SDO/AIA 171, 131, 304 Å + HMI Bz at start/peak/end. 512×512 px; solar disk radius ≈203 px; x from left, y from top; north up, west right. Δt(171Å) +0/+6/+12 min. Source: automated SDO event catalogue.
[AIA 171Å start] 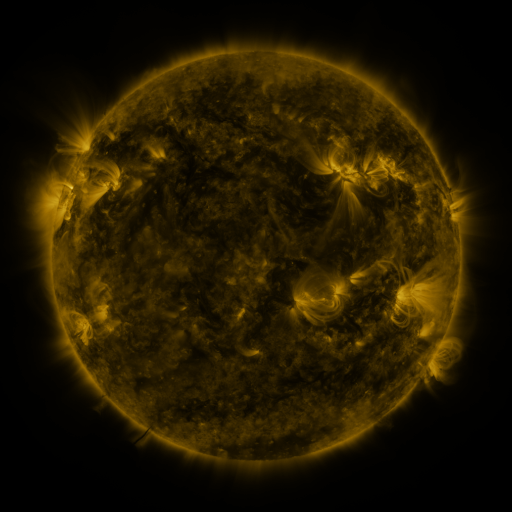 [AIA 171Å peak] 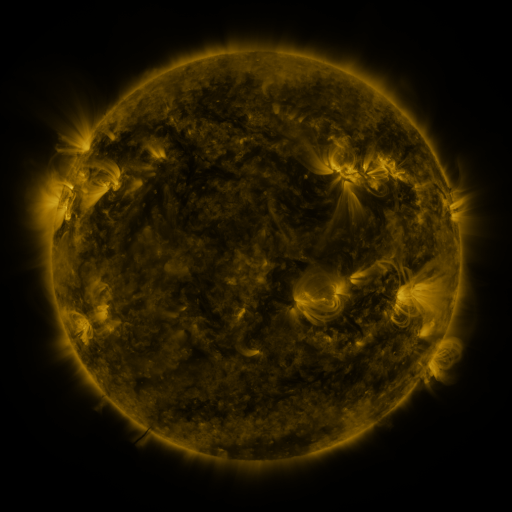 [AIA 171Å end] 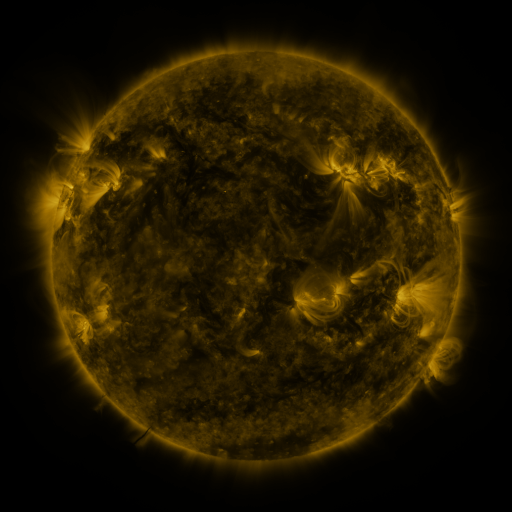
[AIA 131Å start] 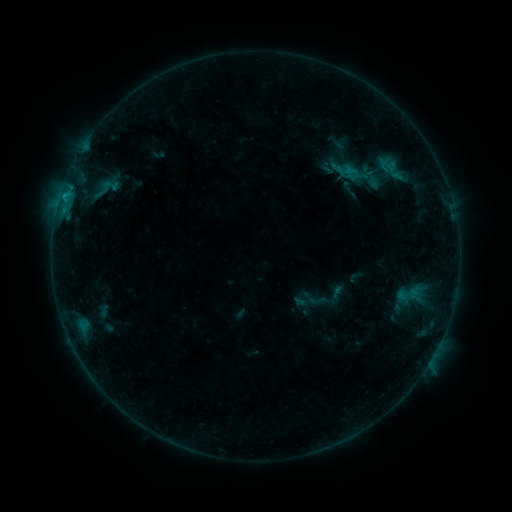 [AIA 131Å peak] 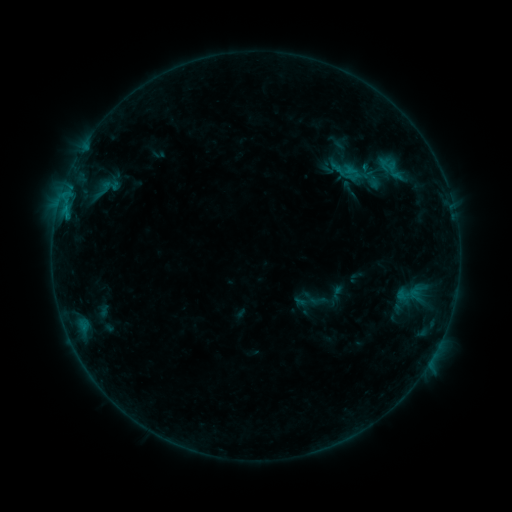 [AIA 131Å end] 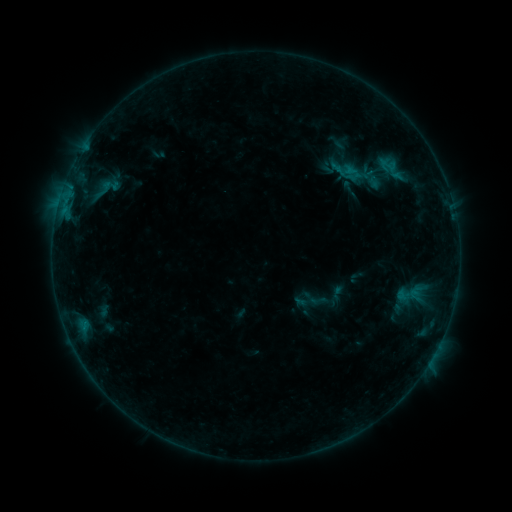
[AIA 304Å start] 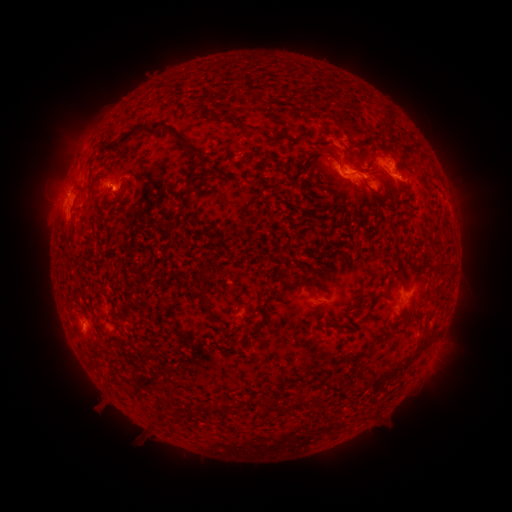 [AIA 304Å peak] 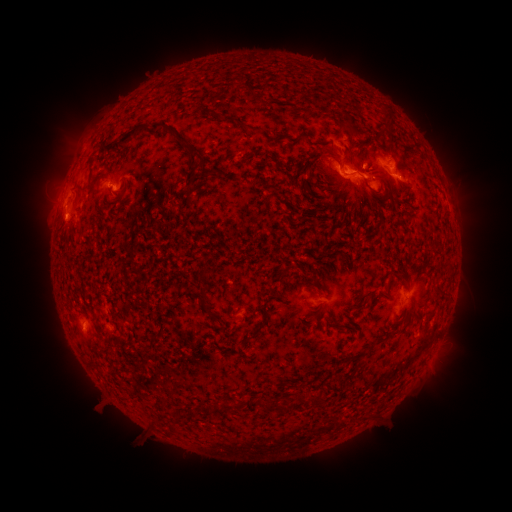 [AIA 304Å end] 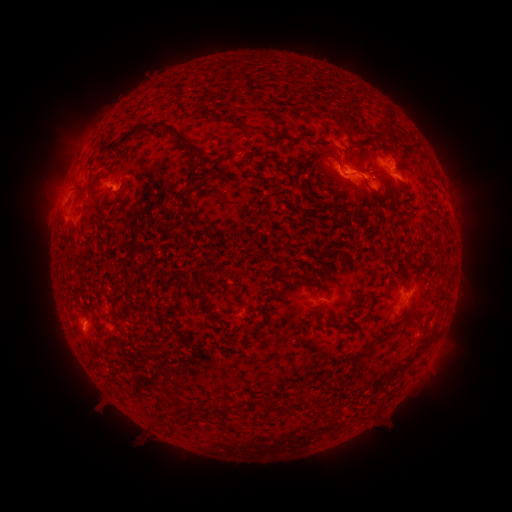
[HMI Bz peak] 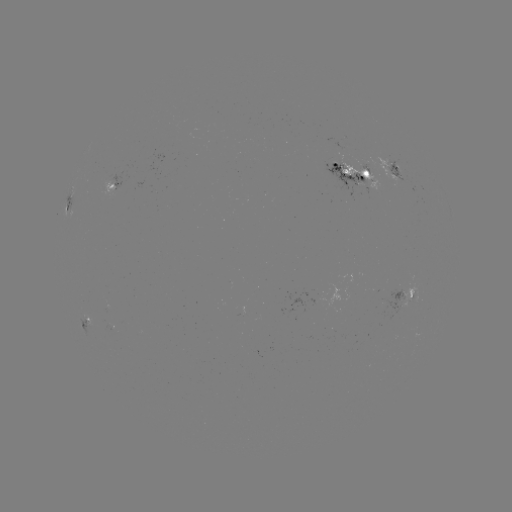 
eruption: (40, 194, 89, 244)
